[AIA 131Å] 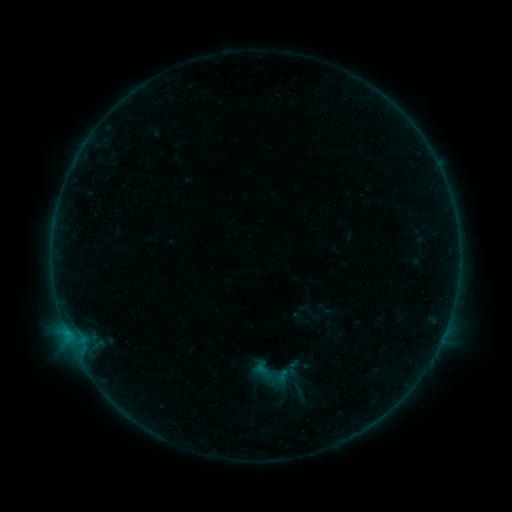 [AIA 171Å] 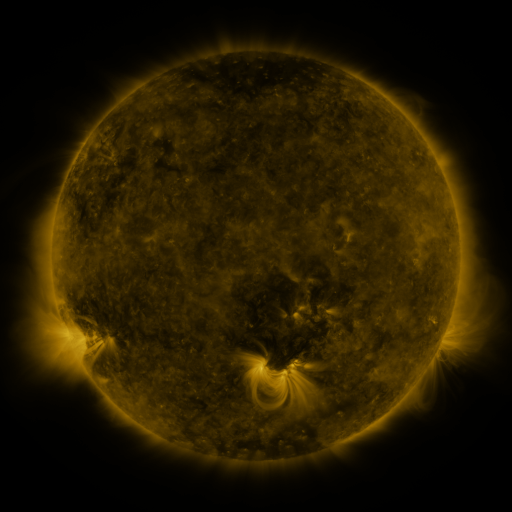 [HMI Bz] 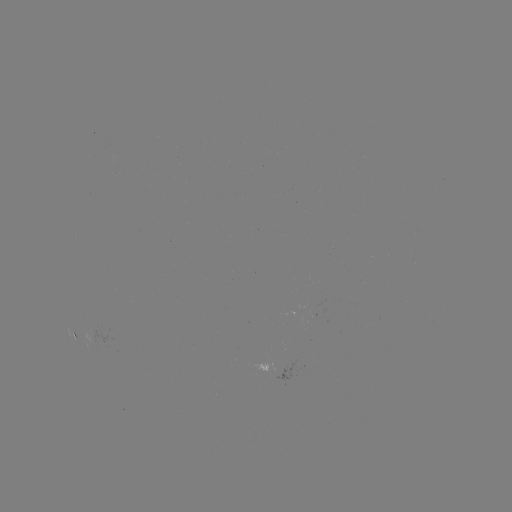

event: sigmoid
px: (269, 374)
